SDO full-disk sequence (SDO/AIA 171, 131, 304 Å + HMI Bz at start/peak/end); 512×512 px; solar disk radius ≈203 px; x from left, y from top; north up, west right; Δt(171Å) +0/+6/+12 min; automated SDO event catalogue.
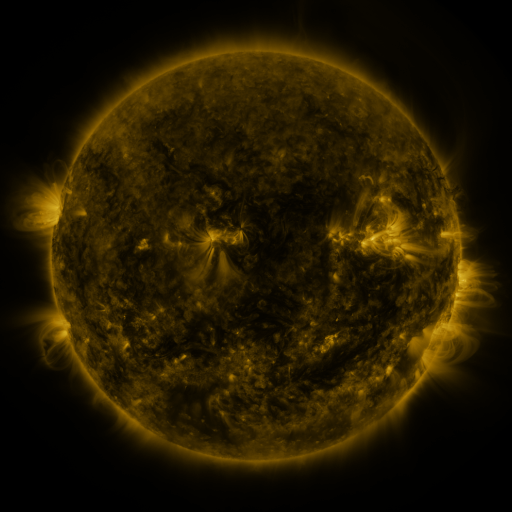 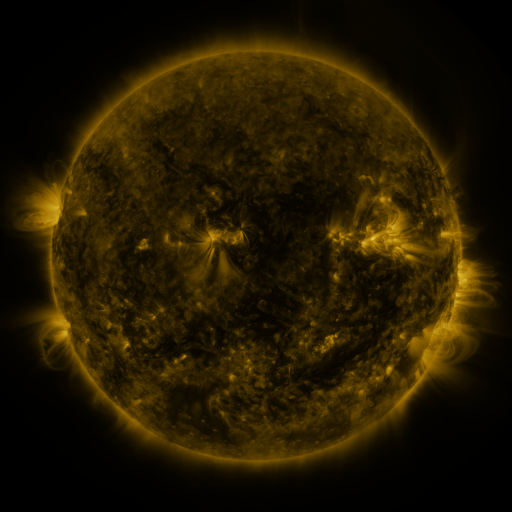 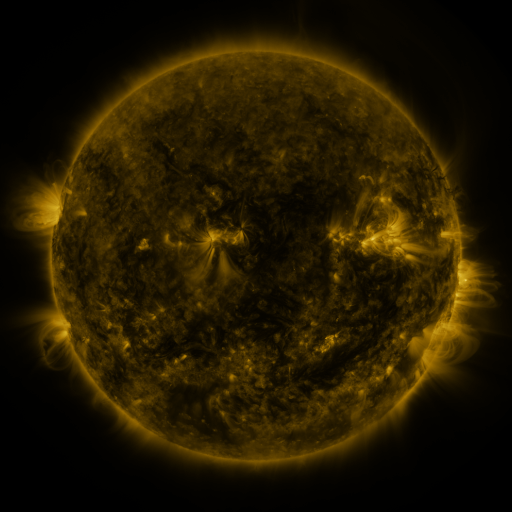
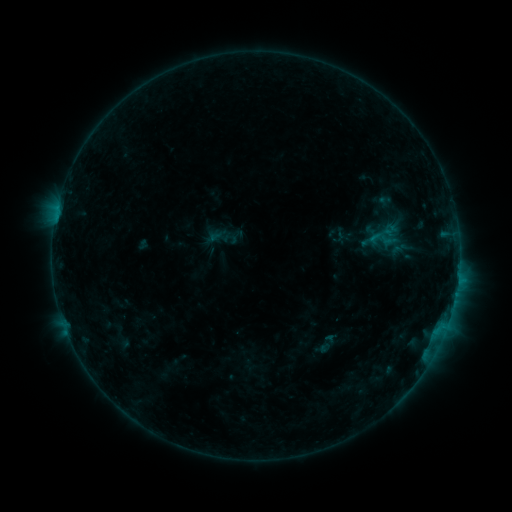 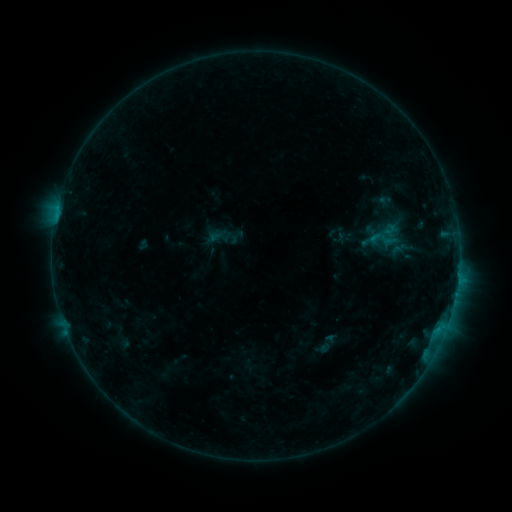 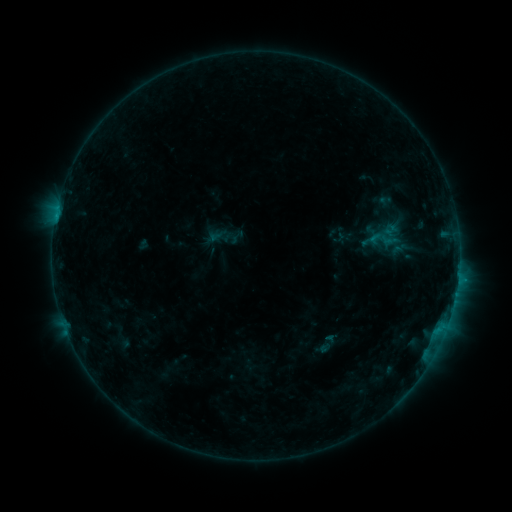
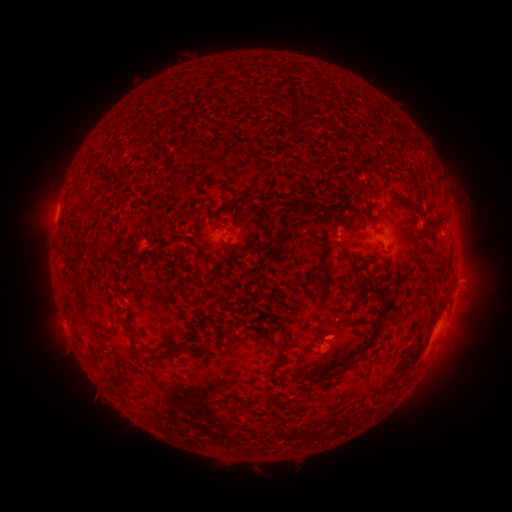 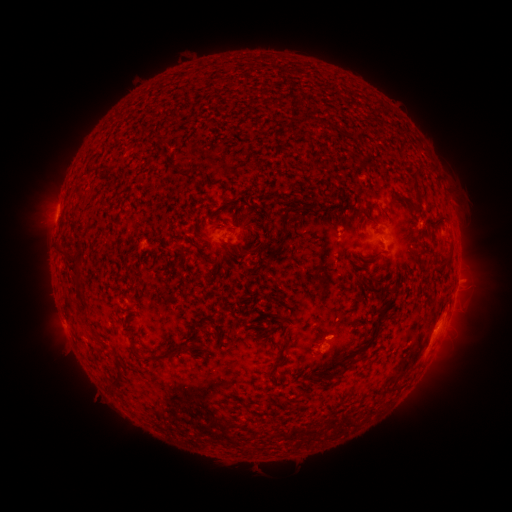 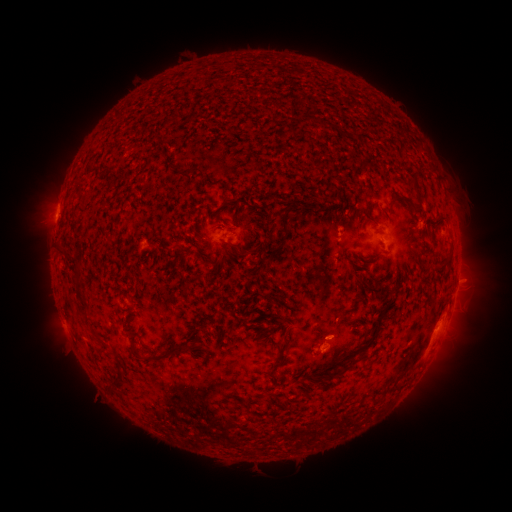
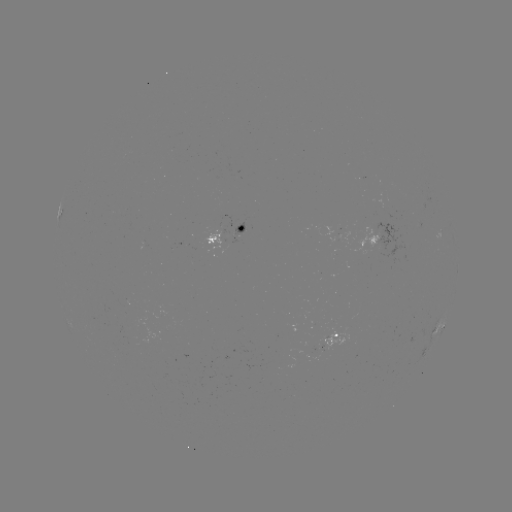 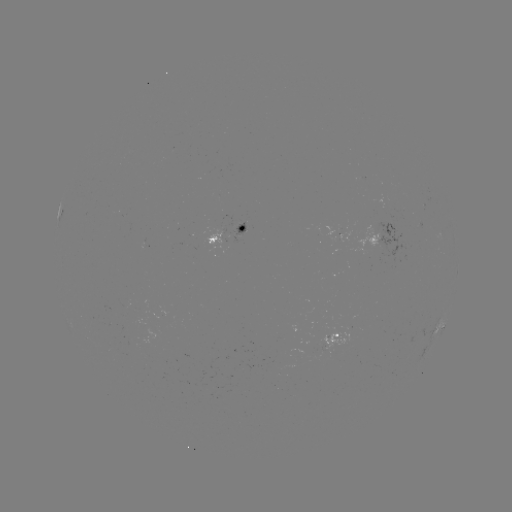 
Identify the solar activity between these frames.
B6.4 flare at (437, 328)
